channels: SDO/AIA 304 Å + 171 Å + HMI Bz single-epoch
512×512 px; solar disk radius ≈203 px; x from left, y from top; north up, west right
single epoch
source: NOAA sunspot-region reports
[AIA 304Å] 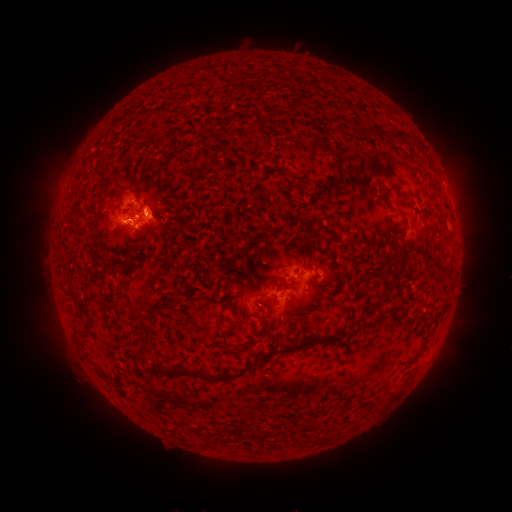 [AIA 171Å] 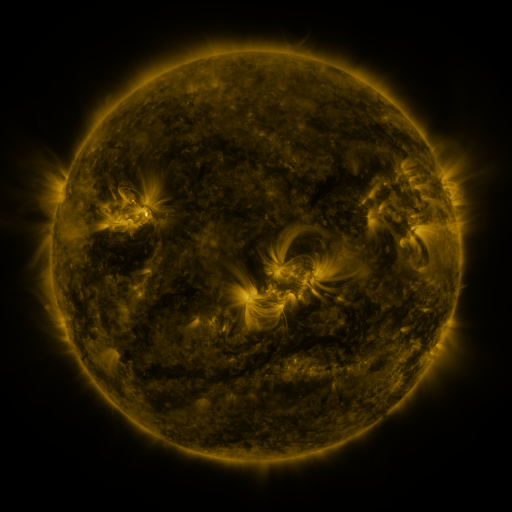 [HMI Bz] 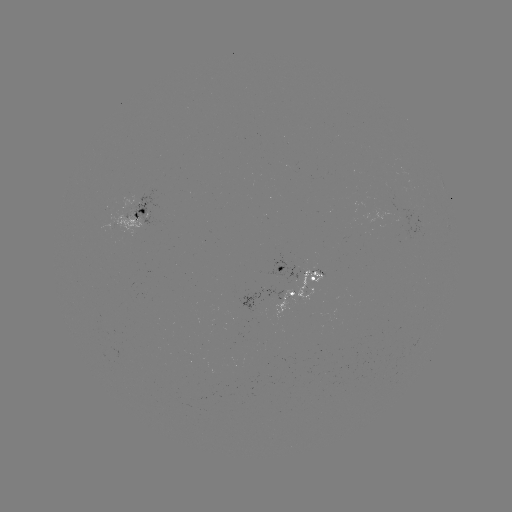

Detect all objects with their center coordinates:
spotted active region: (140, 218)
spotted active region: (301, 274)
spotted active region: (297, 295)
